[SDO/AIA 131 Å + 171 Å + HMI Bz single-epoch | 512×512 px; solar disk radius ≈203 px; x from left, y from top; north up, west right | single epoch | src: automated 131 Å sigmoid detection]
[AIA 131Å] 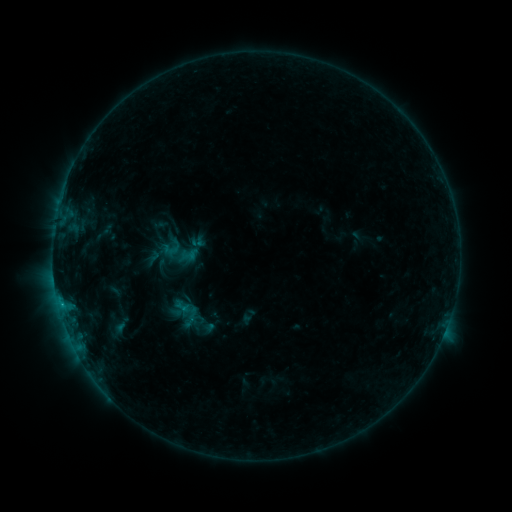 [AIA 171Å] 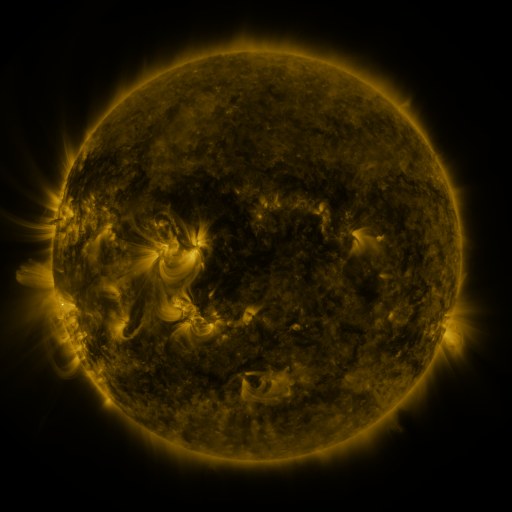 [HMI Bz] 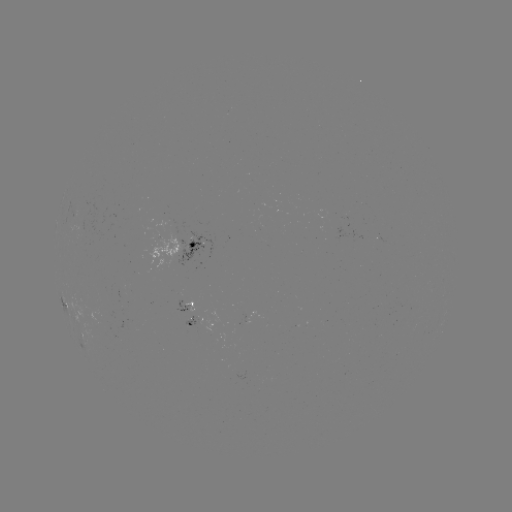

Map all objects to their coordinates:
sigmoid: (183, 307)
